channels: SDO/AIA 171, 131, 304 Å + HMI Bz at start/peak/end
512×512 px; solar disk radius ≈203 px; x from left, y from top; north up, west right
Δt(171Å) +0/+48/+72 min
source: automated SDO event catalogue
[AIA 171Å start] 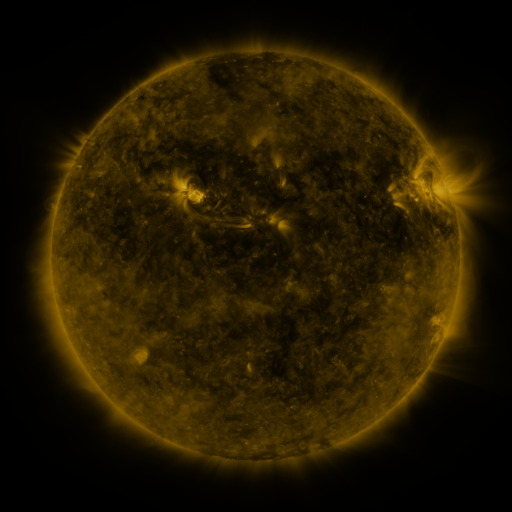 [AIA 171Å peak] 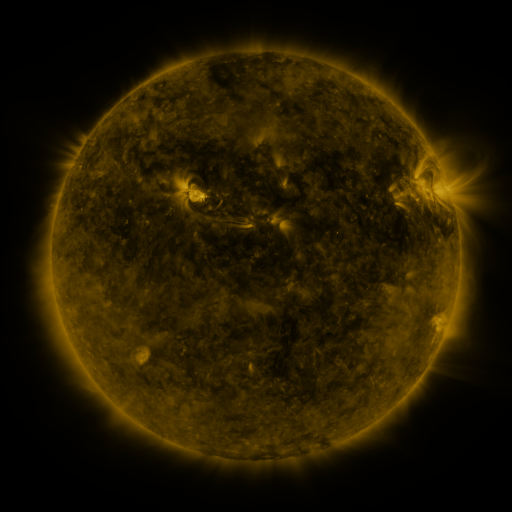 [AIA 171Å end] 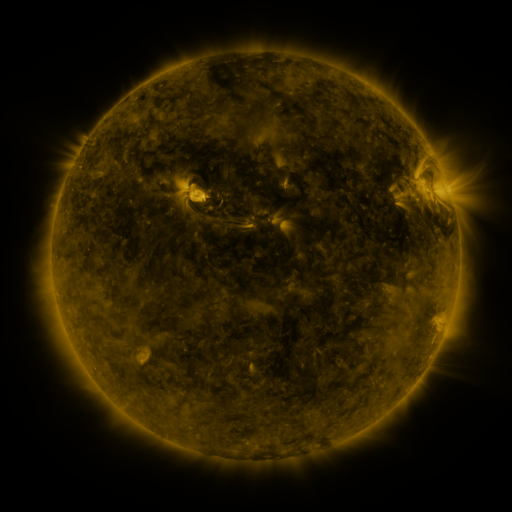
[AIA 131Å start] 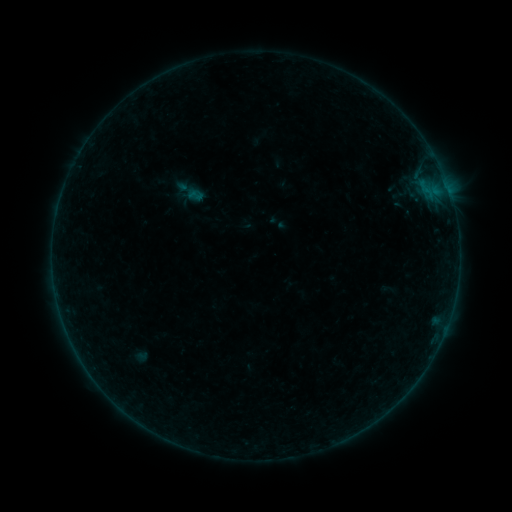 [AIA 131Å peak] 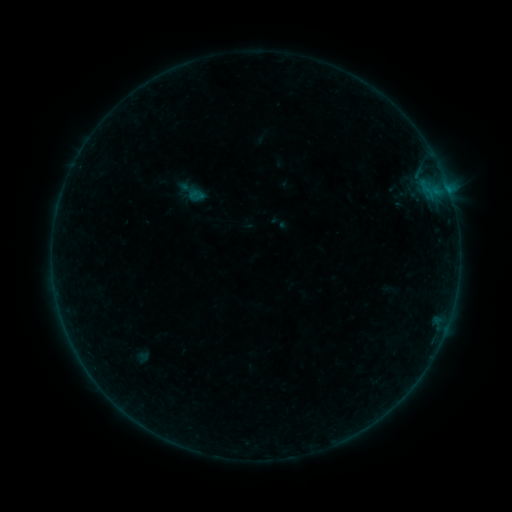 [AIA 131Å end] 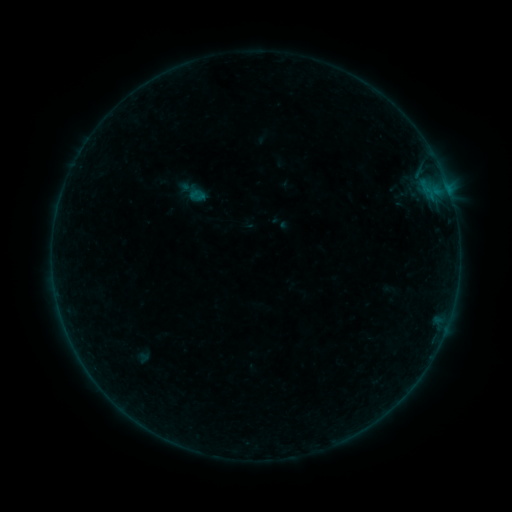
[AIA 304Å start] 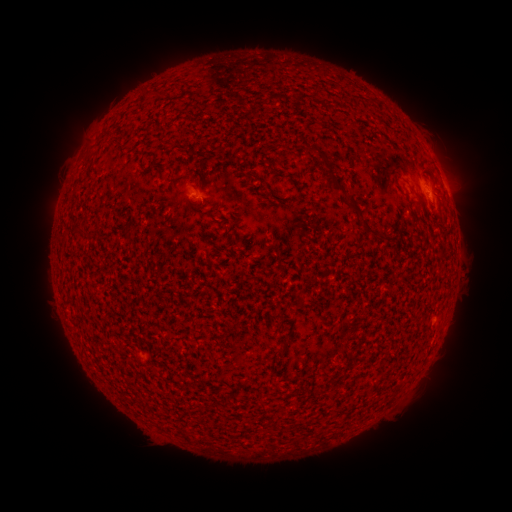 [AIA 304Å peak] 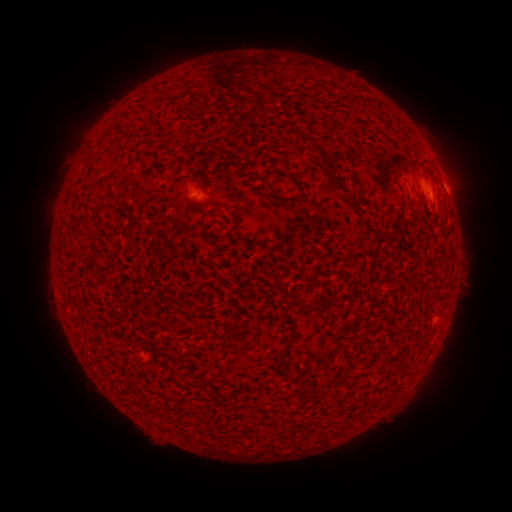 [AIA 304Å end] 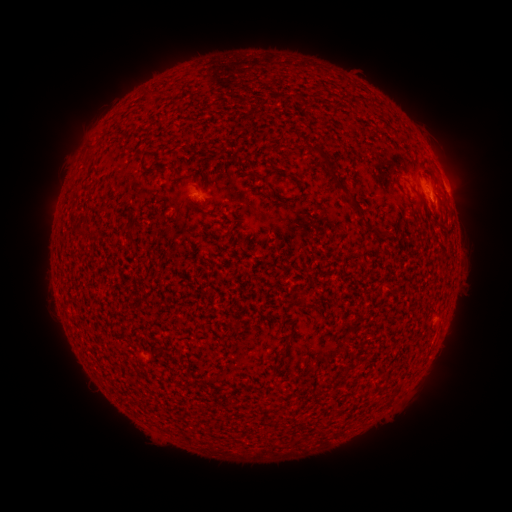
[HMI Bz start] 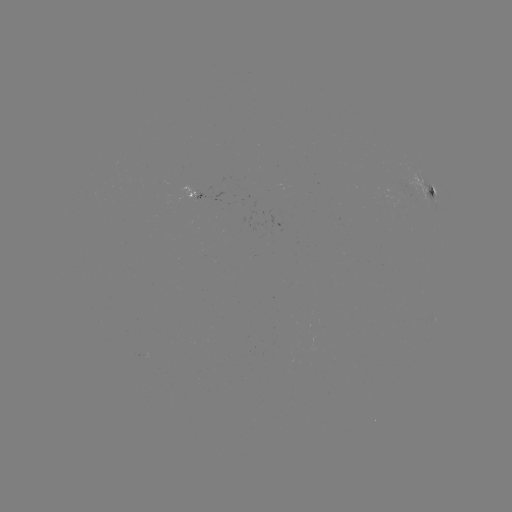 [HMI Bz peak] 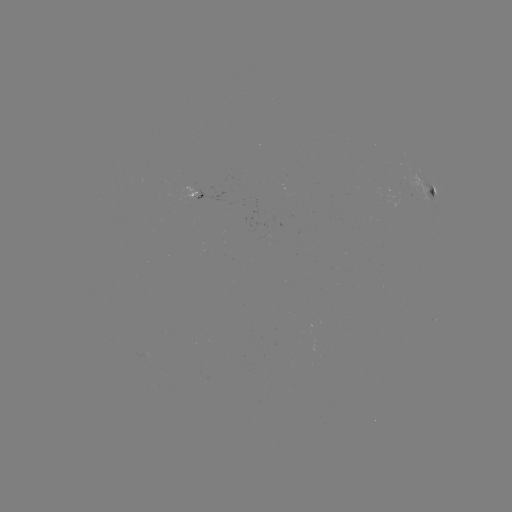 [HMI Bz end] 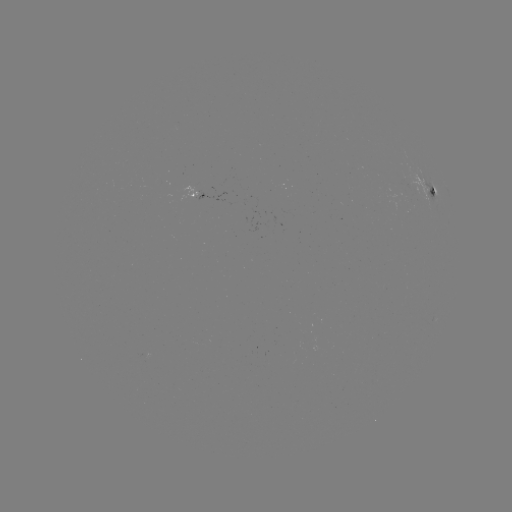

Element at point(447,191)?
B2.4 flare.